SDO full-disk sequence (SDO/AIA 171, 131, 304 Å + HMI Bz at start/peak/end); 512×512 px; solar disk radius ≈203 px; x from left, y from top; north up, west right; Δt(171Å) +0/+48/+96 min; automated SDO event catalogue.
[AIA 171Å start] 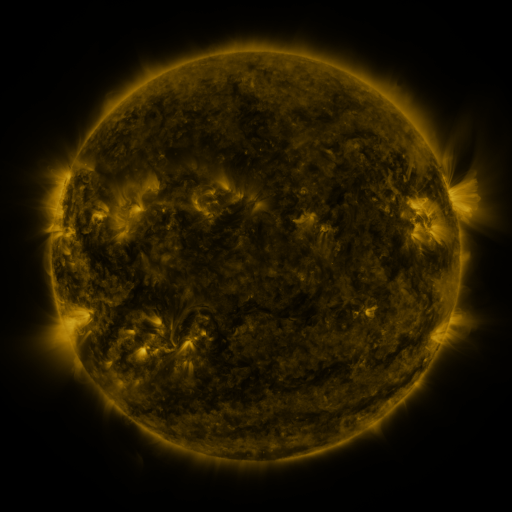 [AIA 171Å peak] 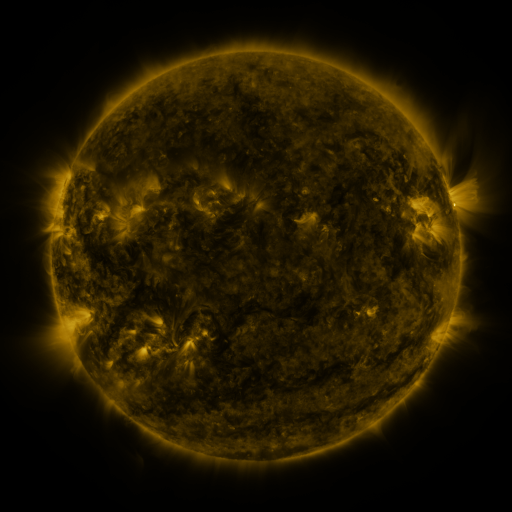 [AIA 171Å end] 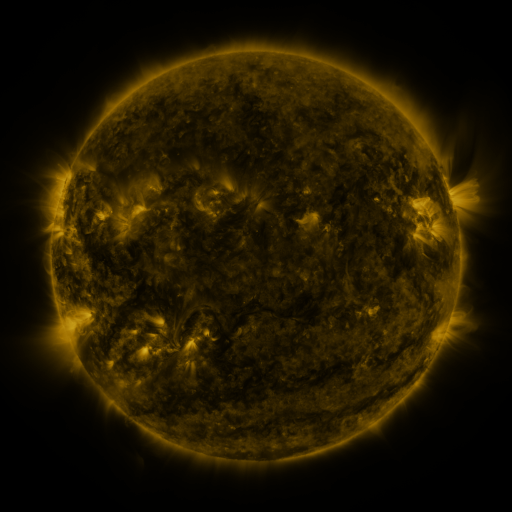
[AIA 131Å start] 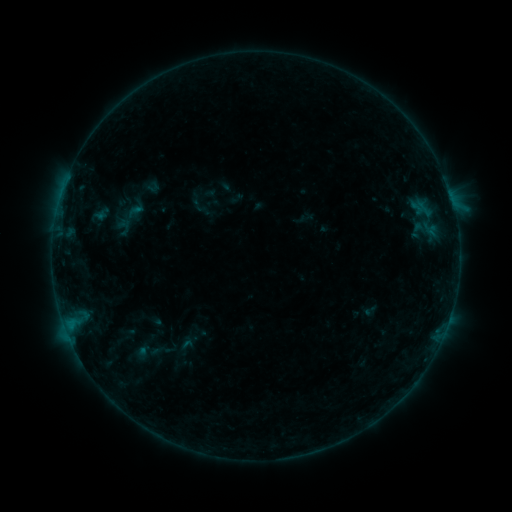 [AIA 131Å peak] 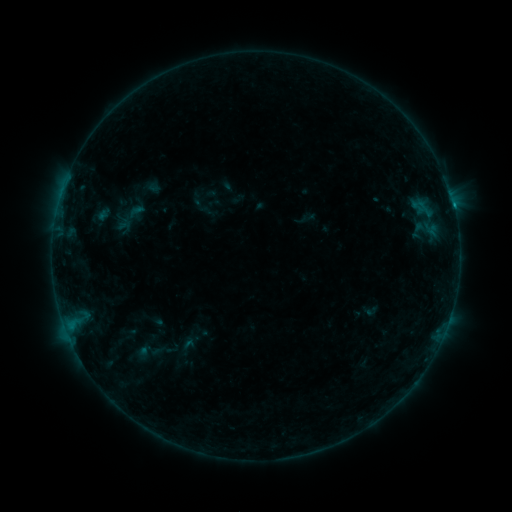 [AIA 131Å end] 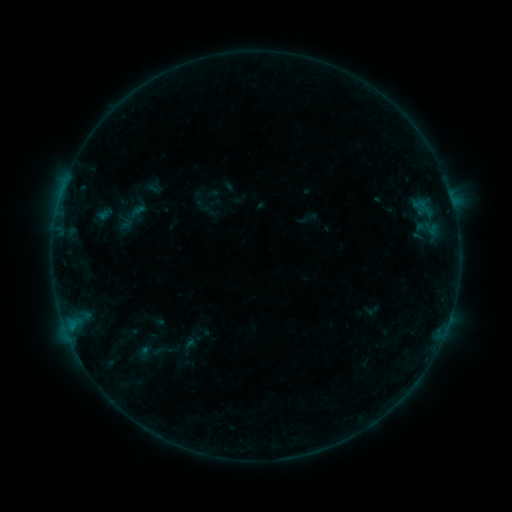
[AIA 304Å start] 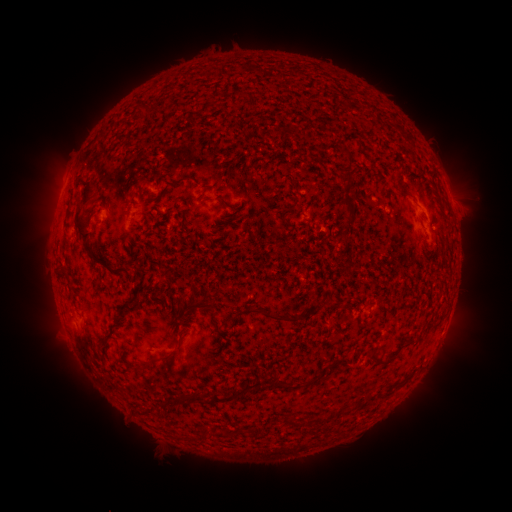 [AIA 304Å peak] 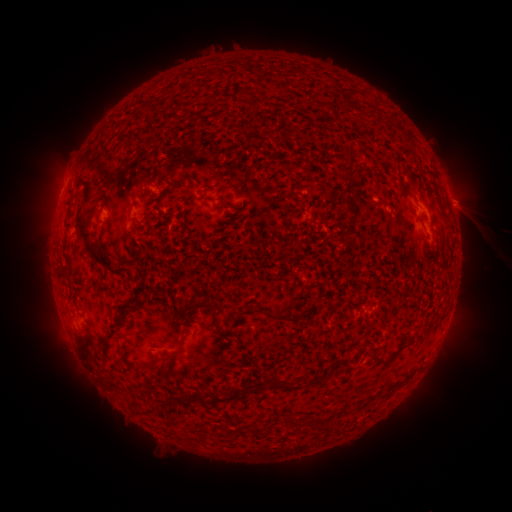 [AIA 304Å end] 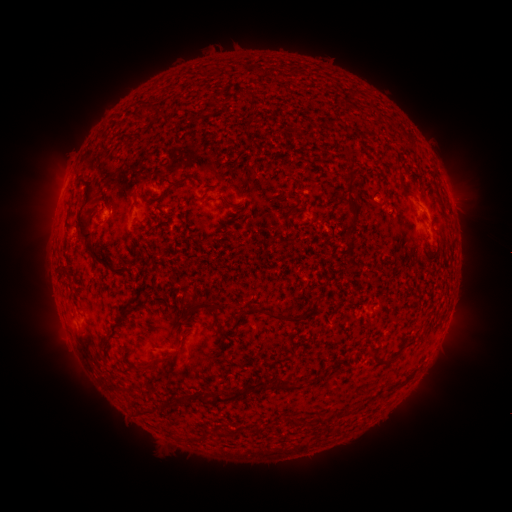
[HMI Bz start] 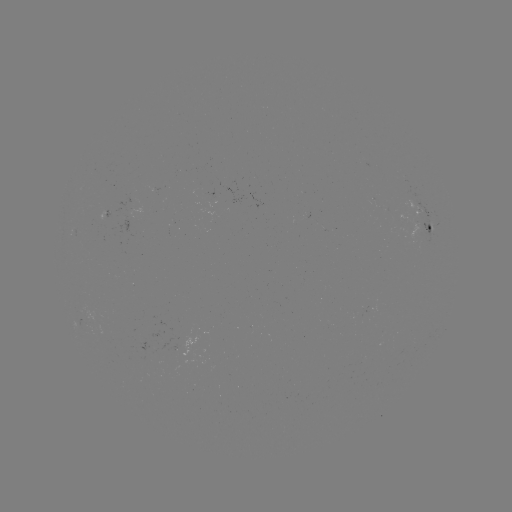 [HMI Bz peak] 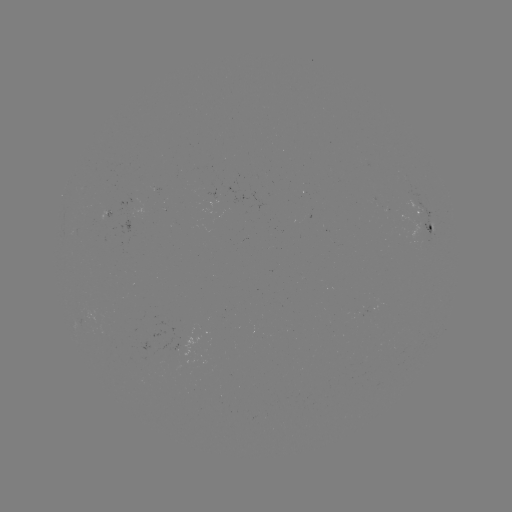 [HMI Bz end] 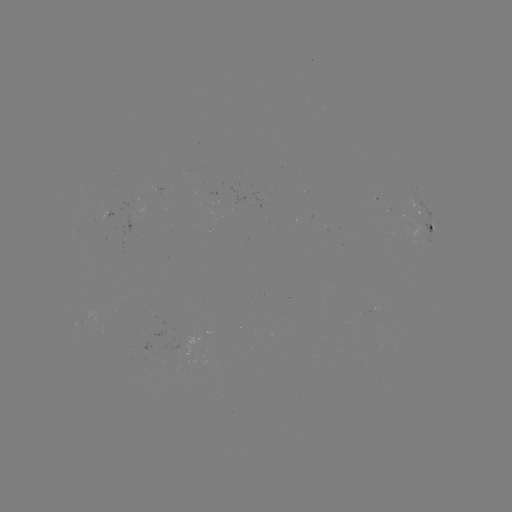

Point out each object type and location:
filament eruption: (470, 218)
